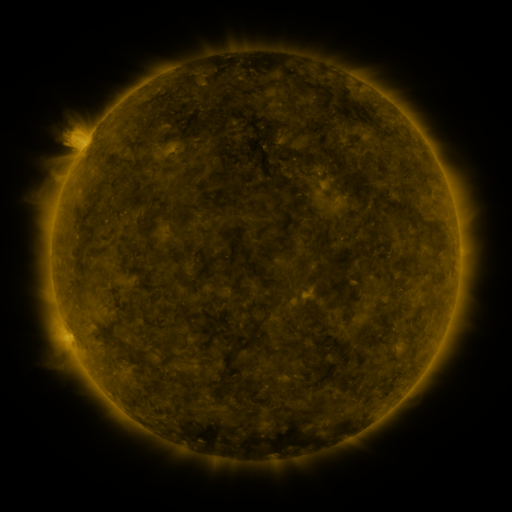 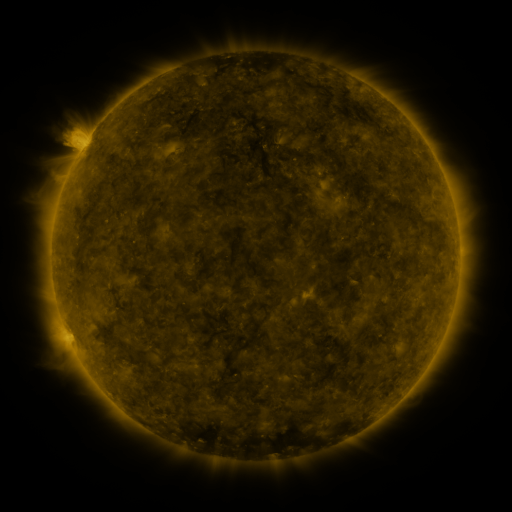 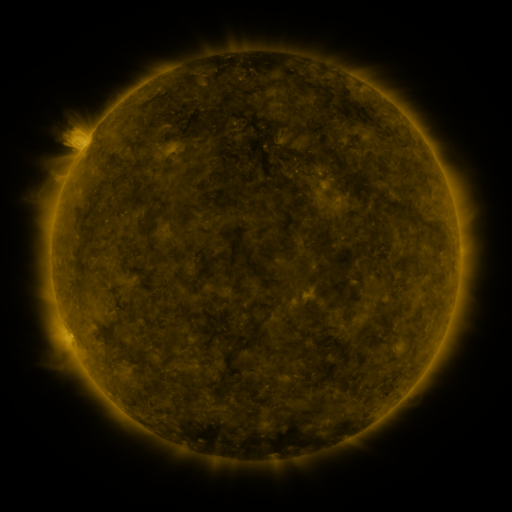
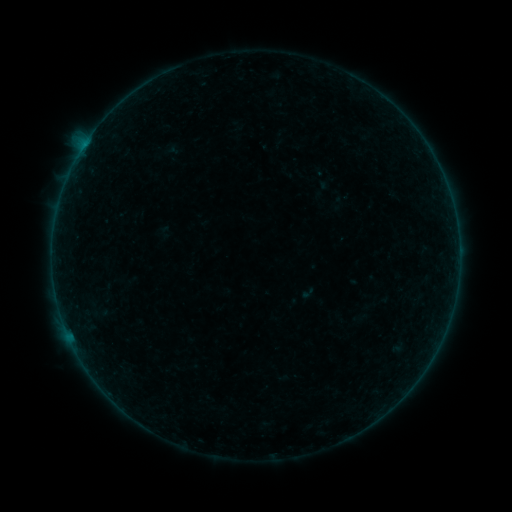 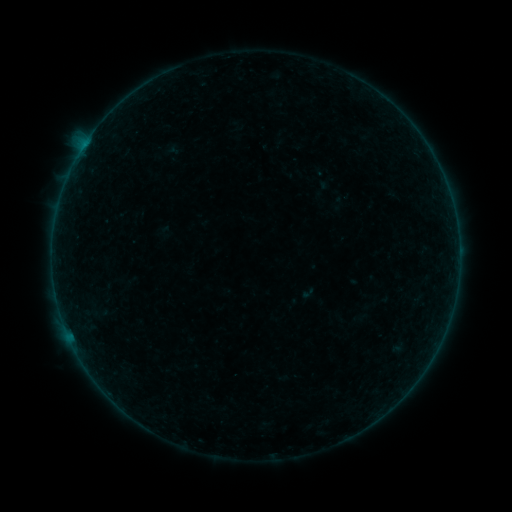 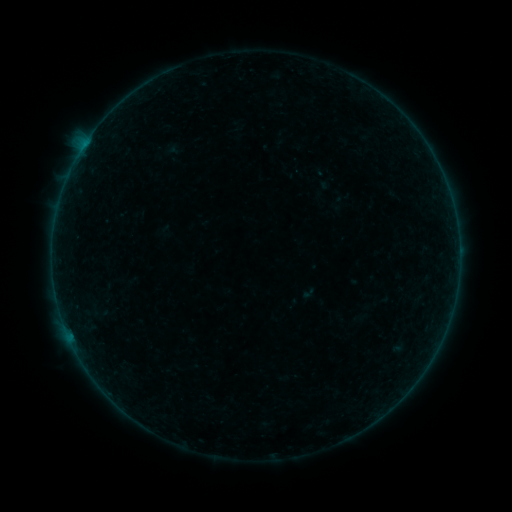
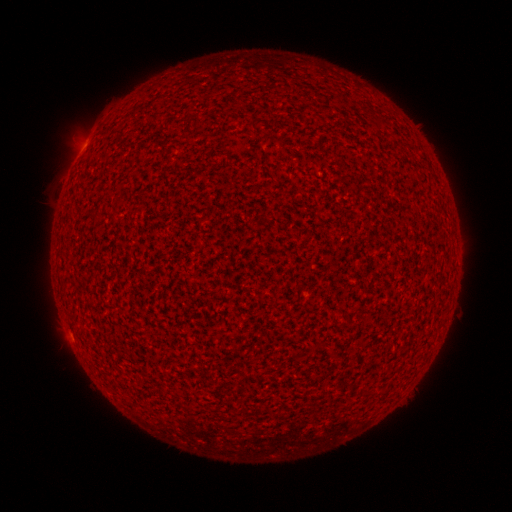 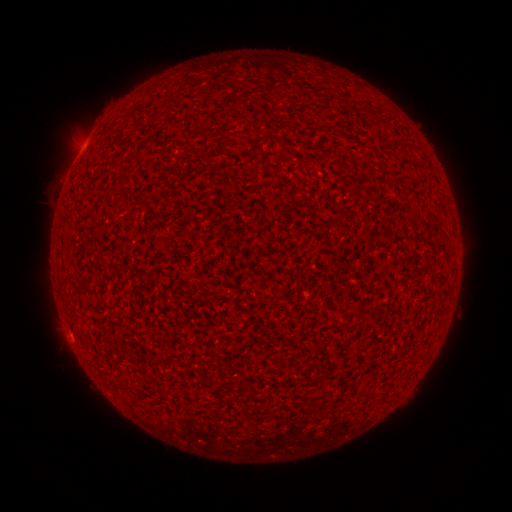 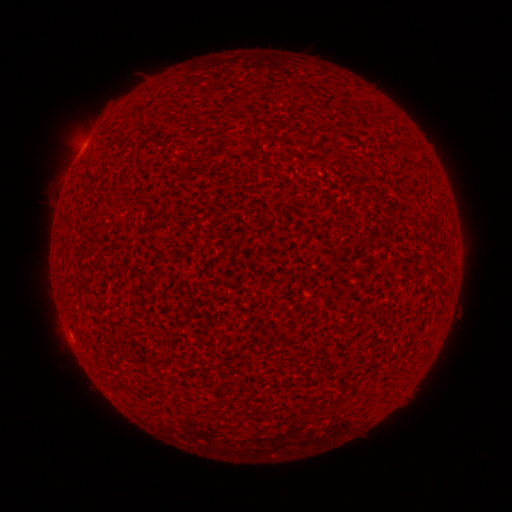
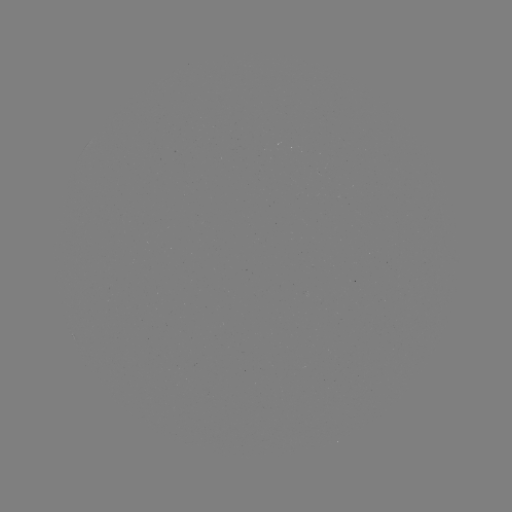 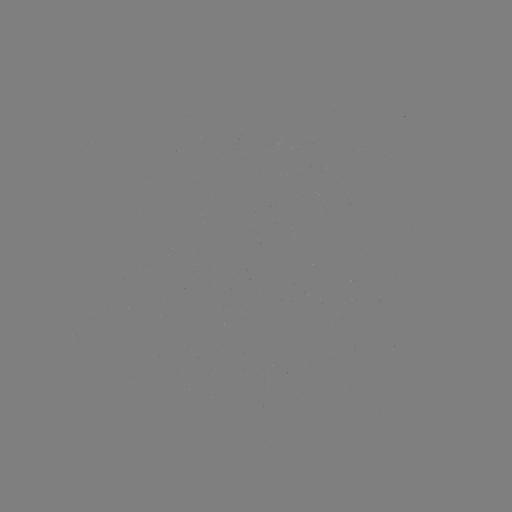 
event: flare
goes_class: A8.7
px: (69, 330)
